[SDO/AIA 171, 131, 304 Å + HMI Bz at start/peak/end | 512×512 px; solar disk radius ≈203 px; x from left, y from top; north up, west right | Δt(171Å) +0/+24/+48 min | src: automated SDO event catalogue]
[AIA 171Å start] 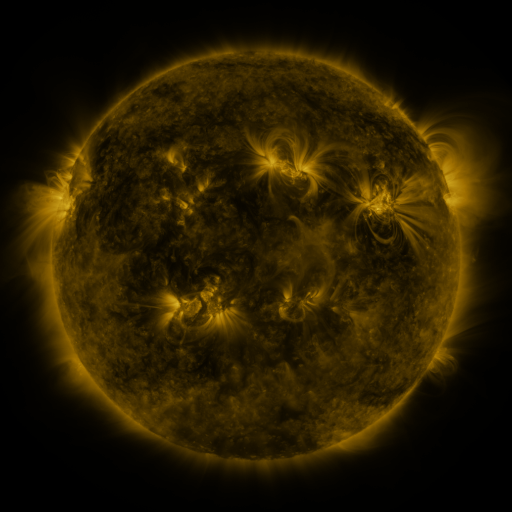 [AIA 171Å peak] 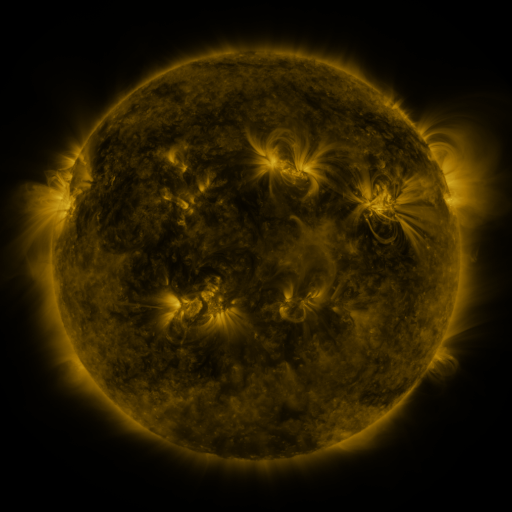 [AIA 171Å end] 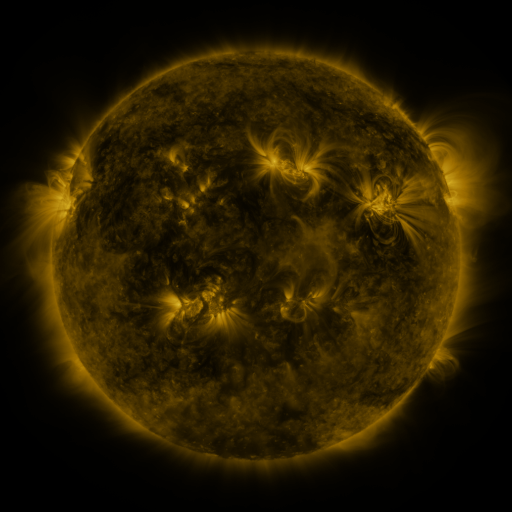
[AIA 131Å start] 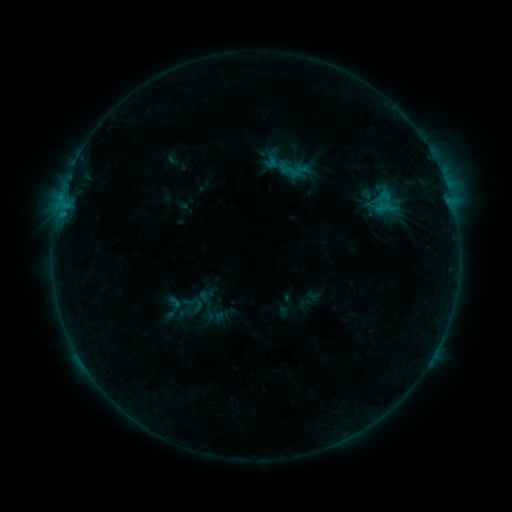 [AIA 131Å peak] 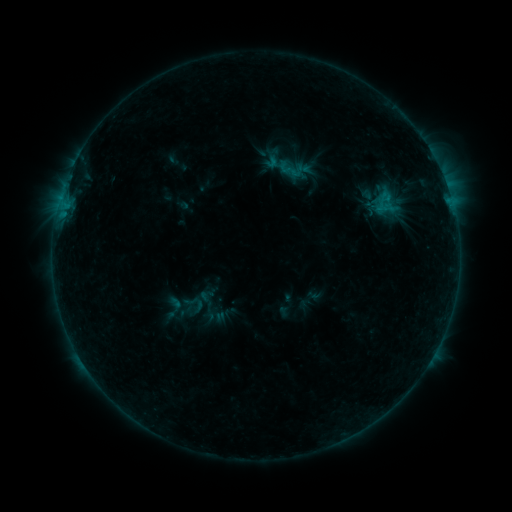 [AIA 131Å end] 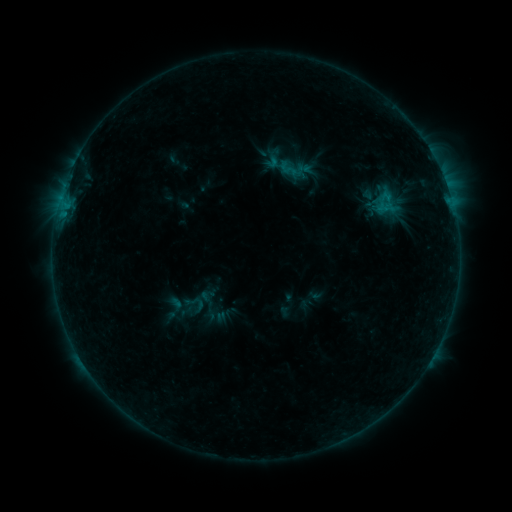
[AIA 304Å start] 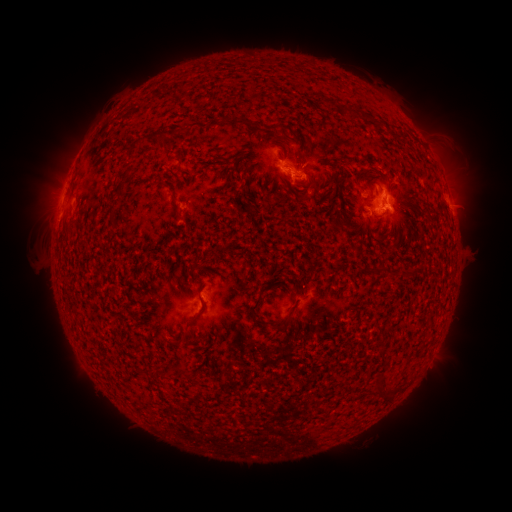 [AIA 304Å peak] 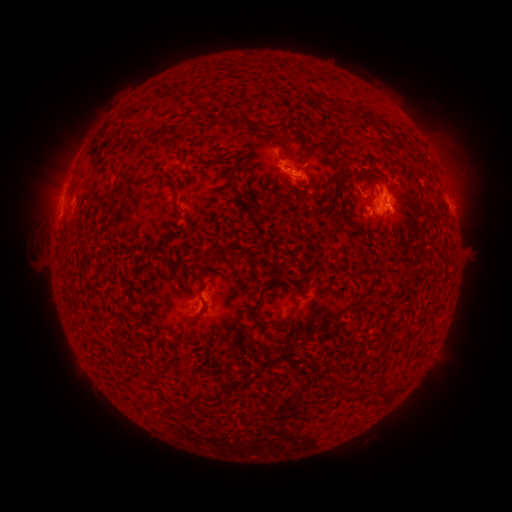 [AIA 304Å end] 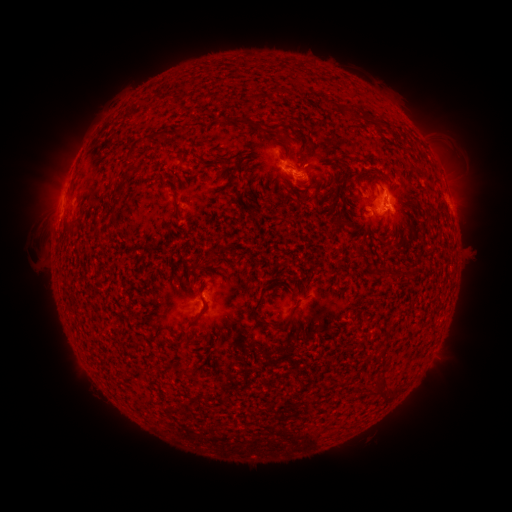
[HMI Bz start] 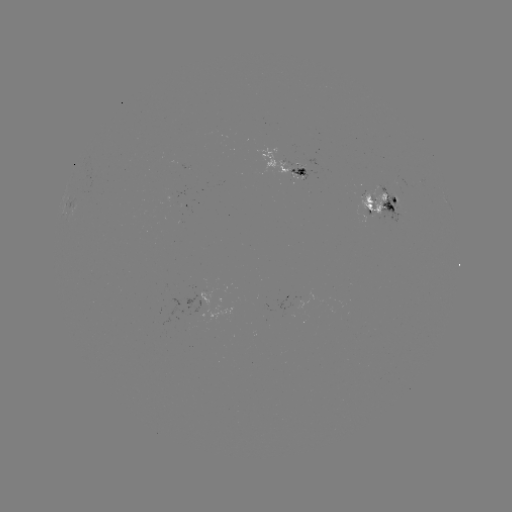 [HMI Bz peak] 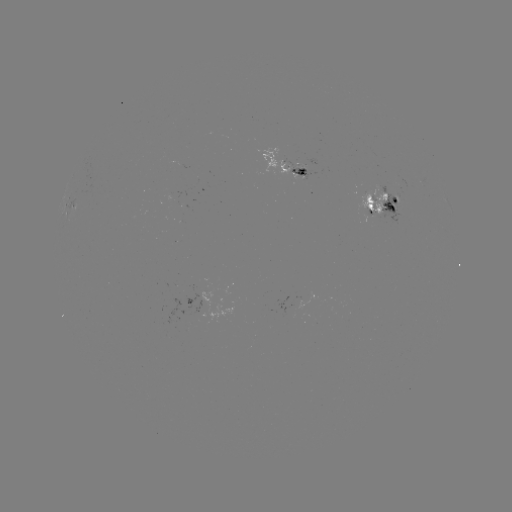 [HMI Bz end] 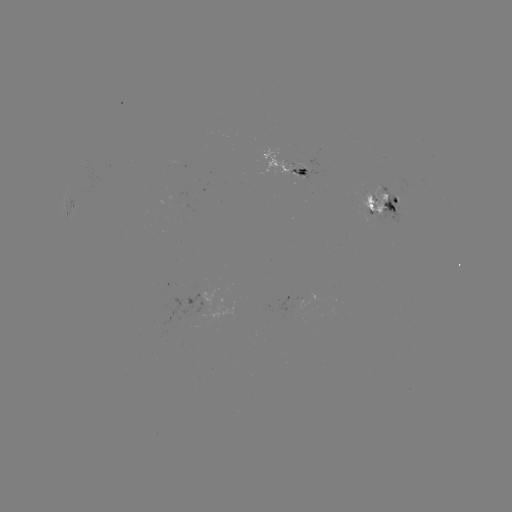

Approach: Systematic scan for emerging-flux region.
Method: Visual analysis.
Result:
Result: emerging-flux region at [283, 162].